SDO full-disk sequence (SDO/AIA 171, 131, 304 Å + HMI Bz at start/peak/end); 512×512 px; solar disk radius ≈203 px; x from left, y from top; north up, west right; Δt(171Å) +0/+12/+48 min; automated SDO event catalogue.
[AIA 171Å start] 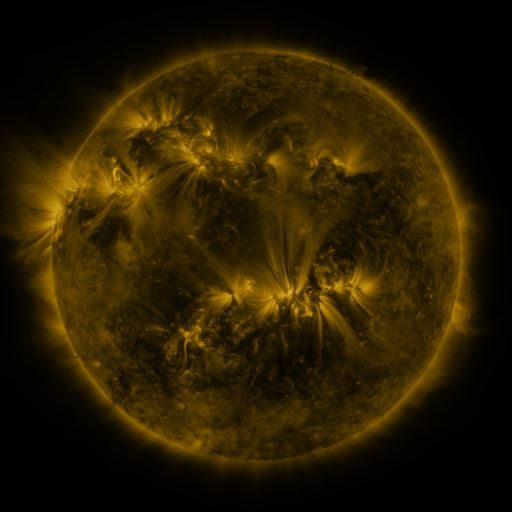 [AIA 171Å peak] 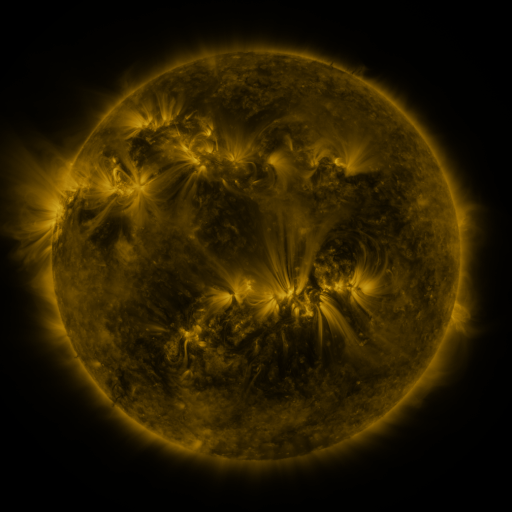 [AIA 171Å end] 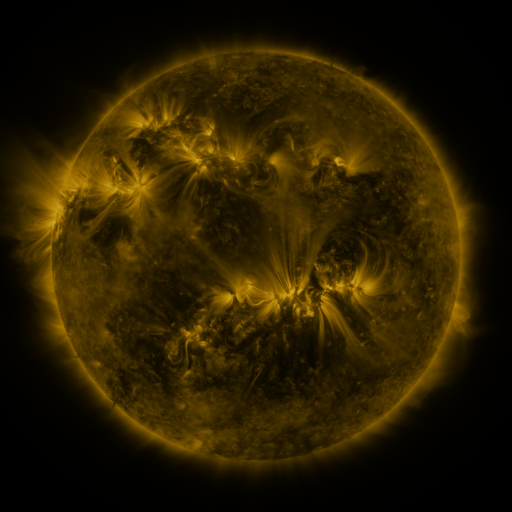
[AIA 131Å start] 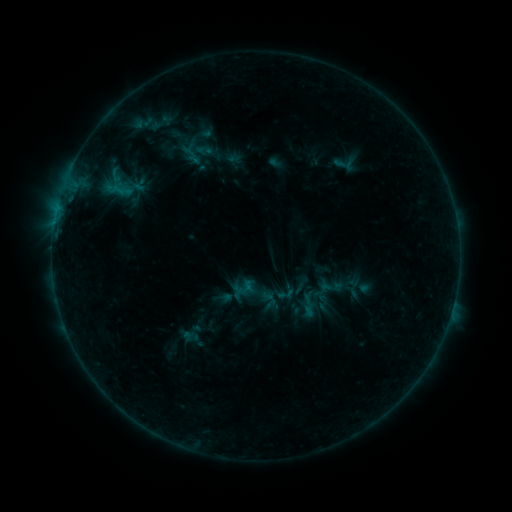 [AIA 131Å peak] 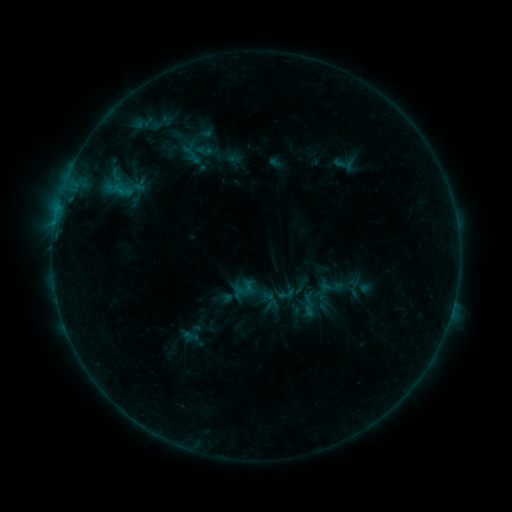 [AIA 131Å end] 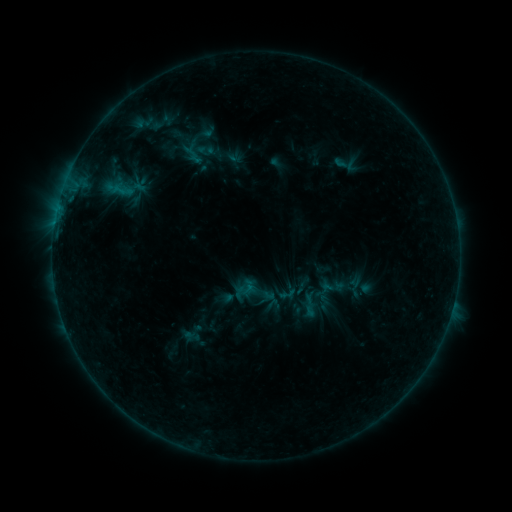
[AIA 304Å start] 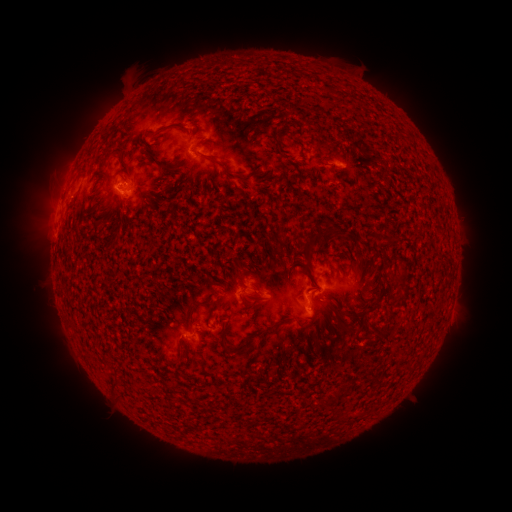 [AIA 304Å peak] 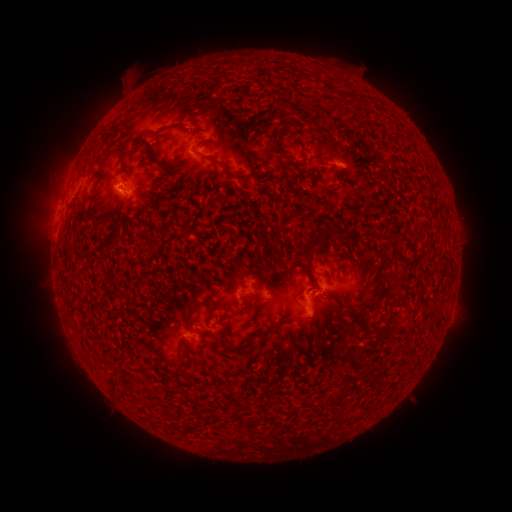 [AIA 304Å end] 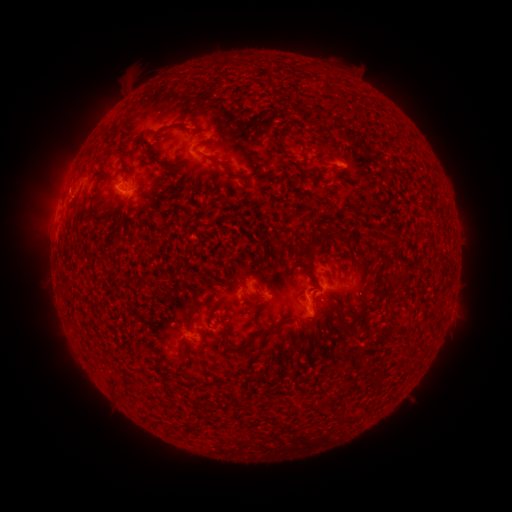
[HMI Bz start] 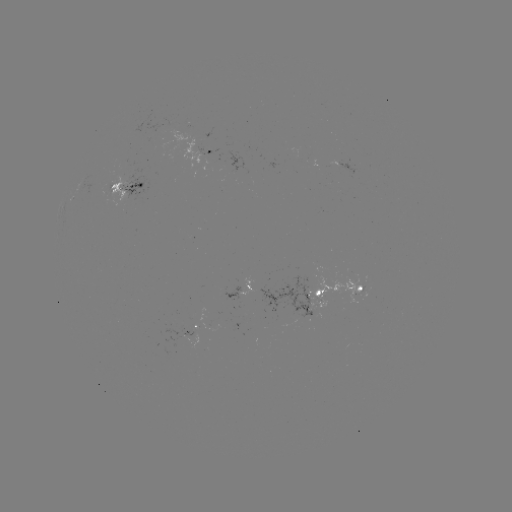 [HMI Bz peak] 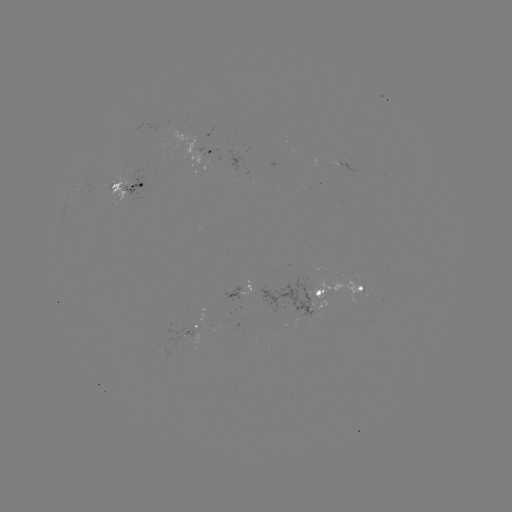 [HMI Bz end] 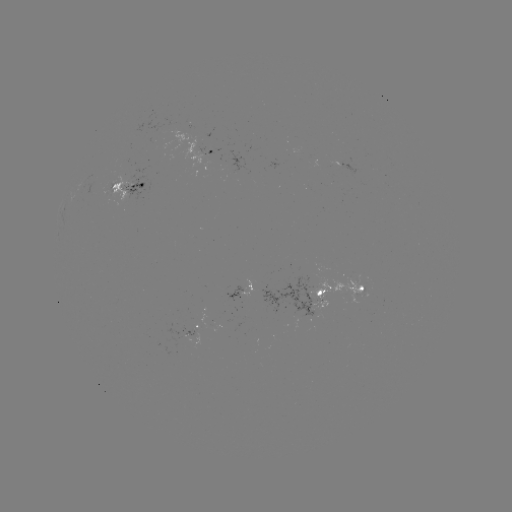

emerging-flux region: (109, 178, 127, 201)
